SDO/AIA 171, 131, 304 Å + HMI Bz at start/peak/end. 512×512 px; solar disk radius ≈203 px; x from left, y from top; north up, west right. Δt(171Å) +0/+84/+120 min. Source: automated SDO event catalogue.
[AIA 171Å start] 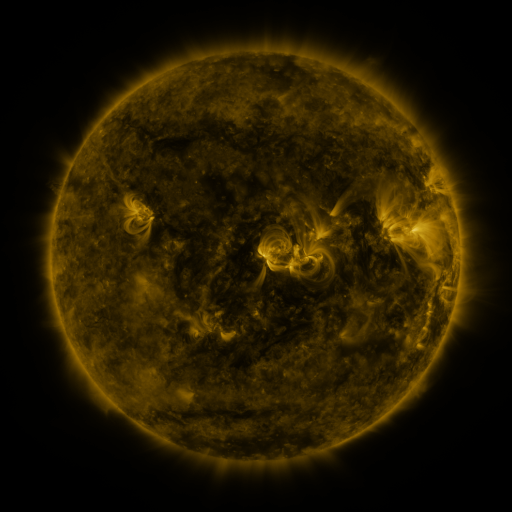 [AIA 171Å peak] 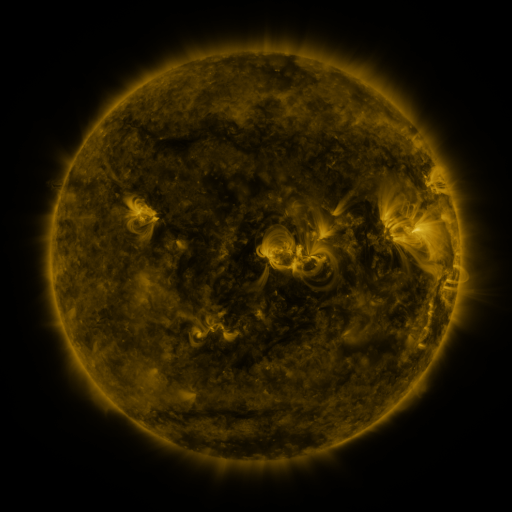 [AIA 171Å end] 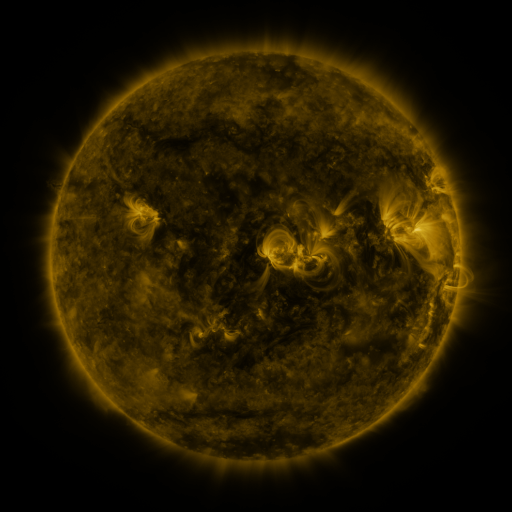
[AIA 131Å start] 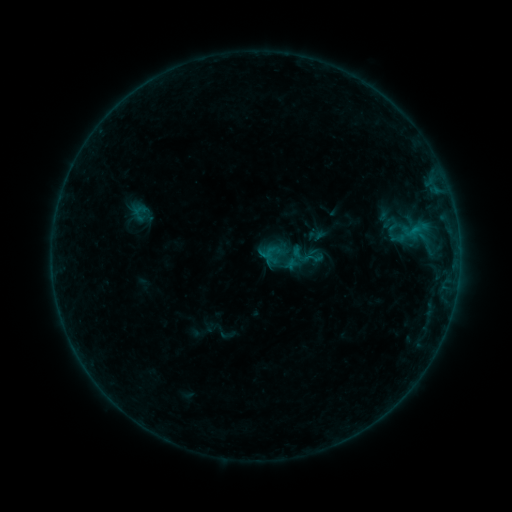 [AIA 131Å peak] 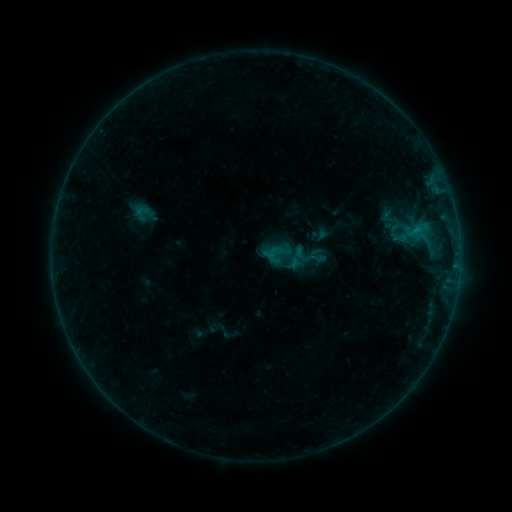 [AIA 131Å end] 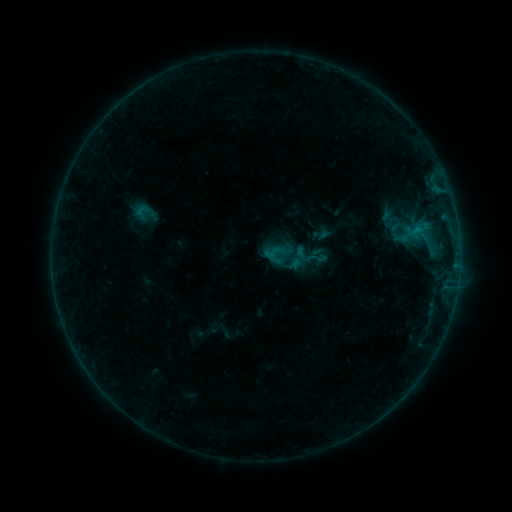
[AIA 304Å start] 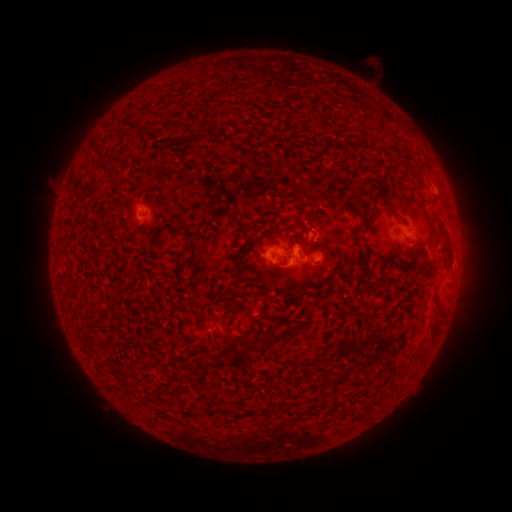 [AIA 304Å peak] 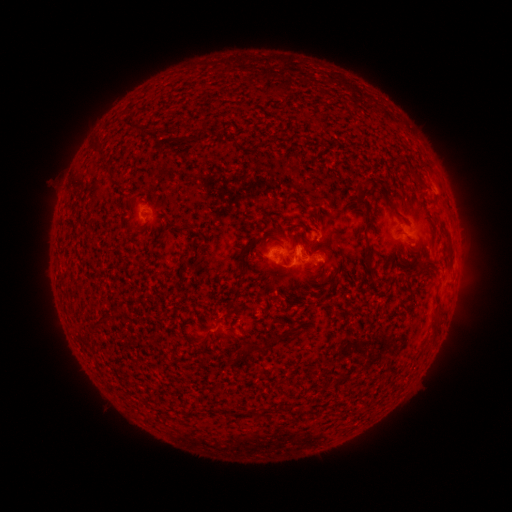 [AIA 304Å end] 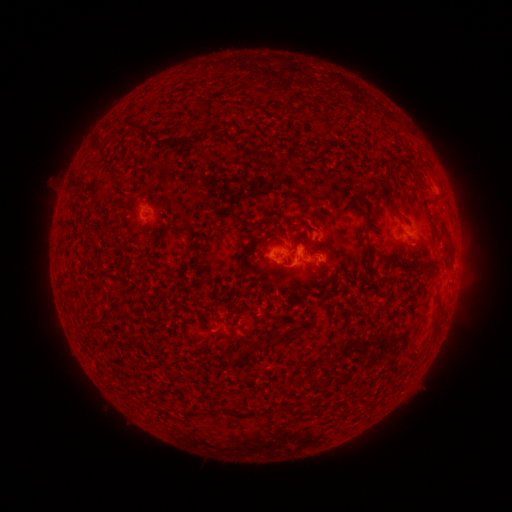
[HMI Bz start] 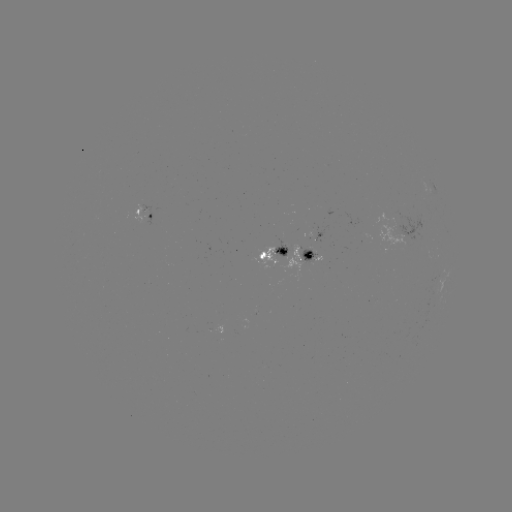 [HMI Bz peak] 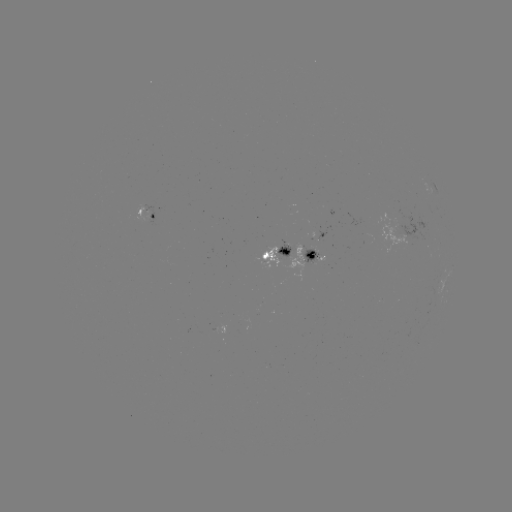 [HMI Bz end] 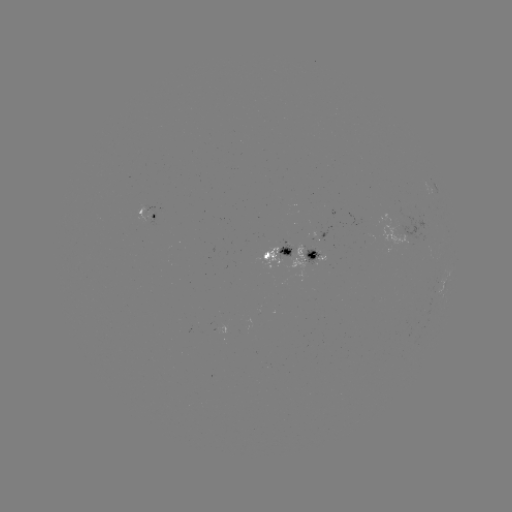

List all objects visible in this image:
emerging-flux region: (314, 252)
